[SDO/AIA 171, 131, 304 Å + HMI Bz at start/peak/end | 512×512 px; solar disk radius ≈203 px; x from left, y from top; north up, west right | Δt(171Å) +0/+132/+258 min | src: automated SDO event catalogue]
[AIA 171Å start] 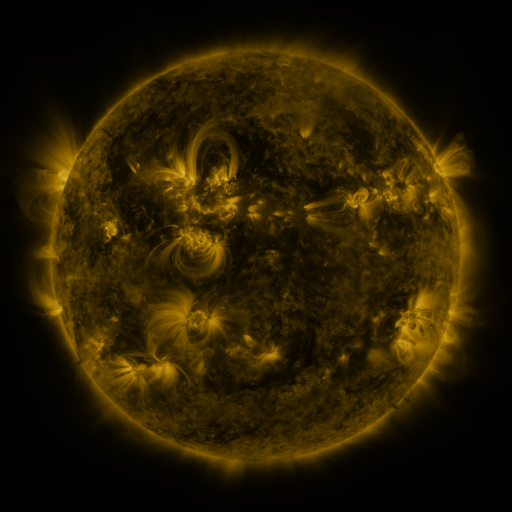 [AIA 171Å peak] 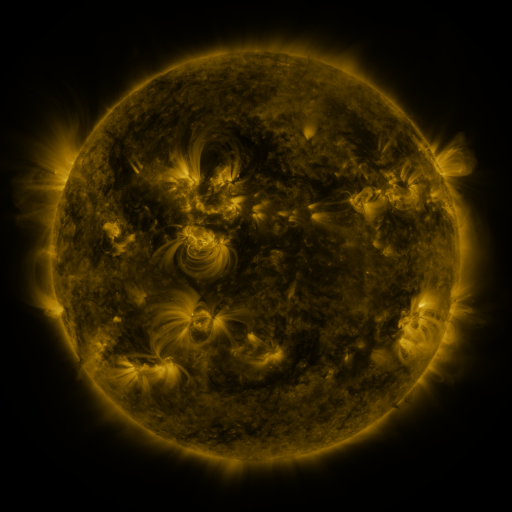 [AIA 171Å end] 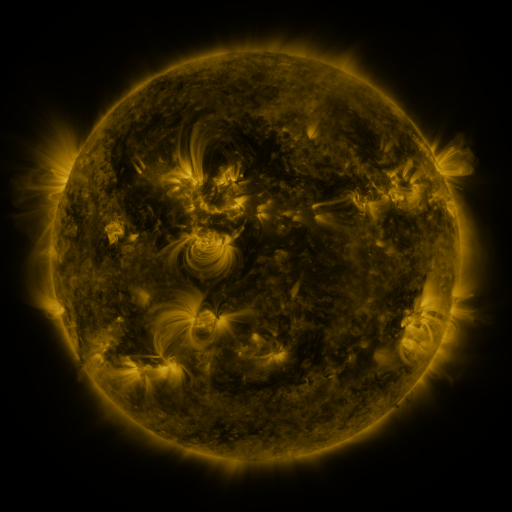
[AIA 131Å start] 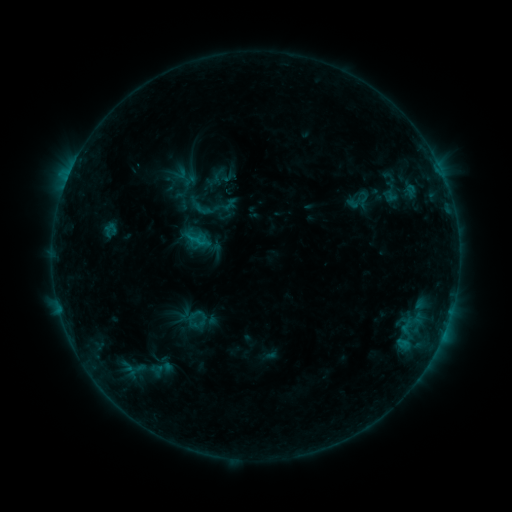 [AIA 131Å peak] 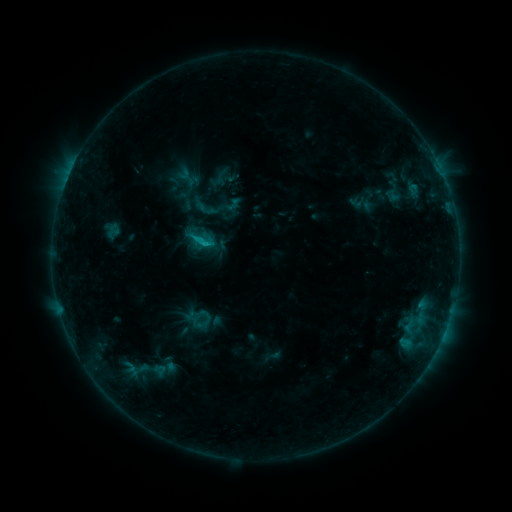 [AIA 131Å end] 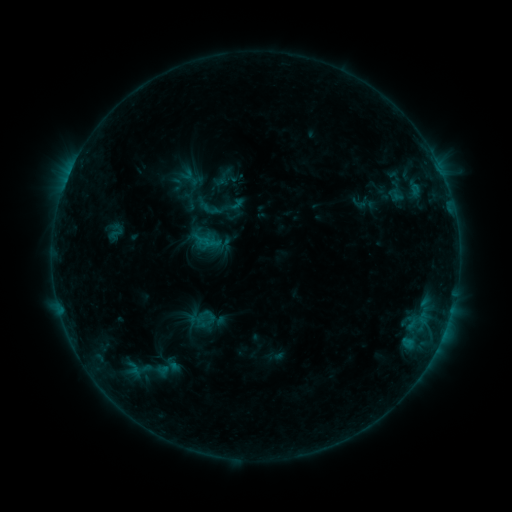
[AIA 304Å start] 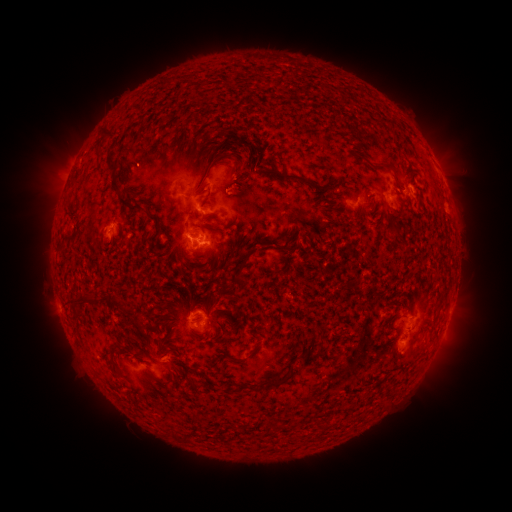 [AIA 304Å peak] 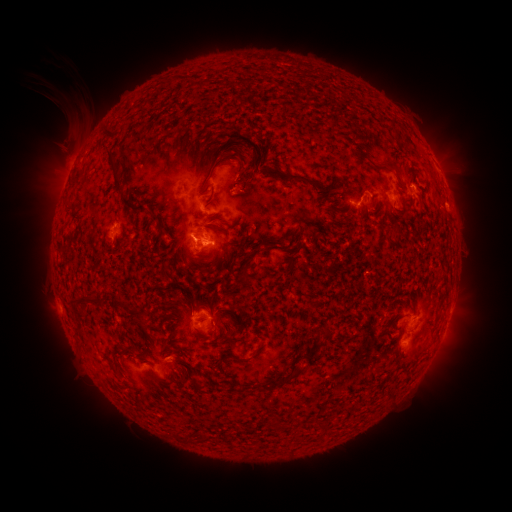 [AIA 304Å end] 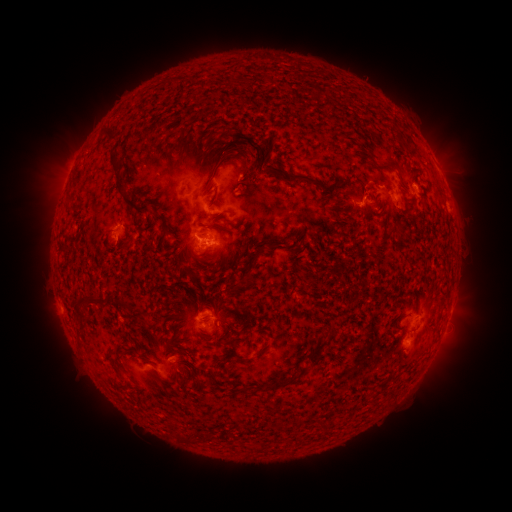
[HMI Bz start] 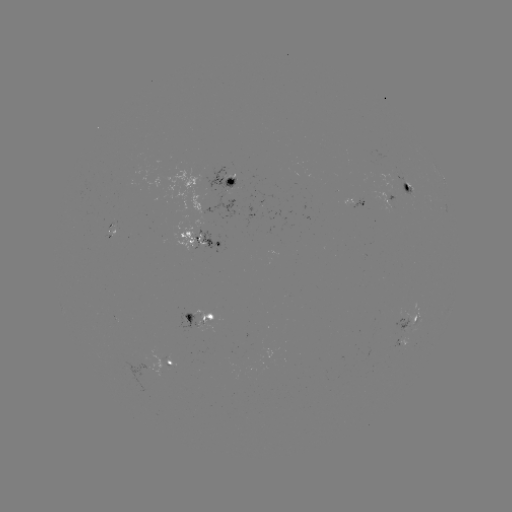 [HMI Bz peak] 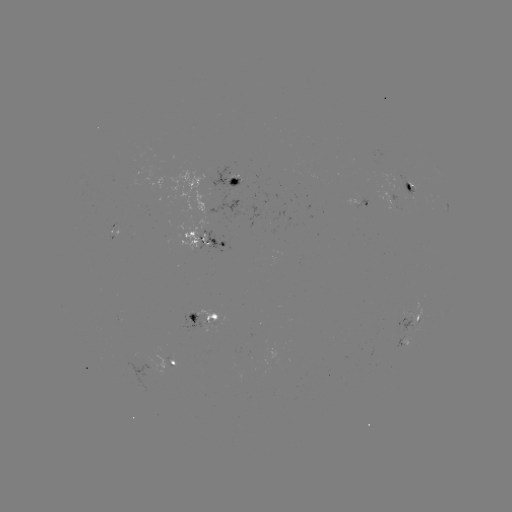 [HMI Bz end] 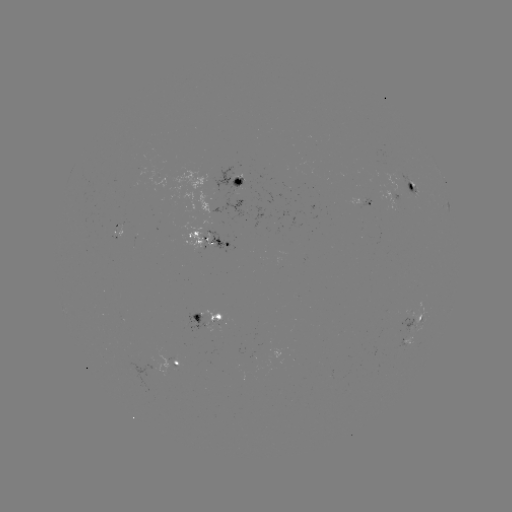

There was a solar filament eruption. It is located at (74, 105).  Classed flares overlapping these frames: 1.